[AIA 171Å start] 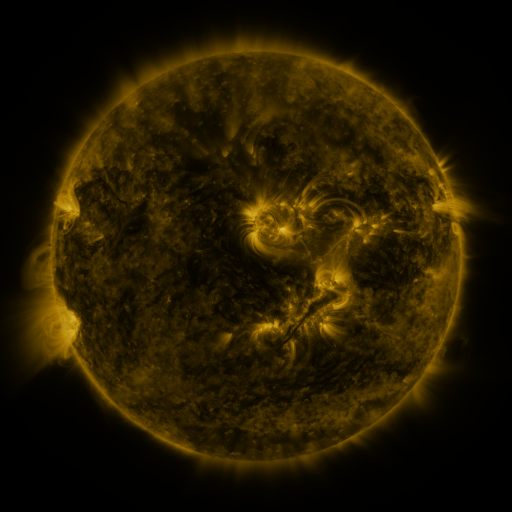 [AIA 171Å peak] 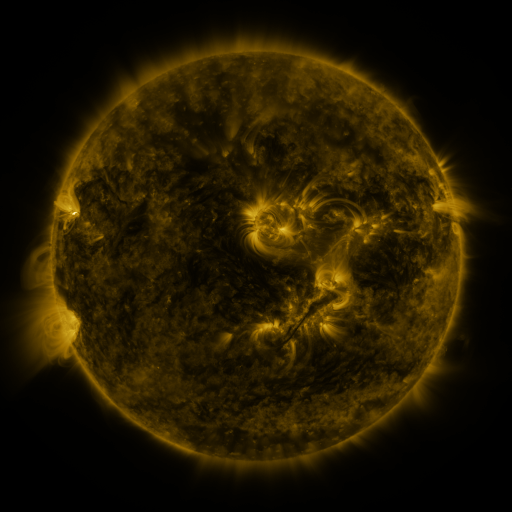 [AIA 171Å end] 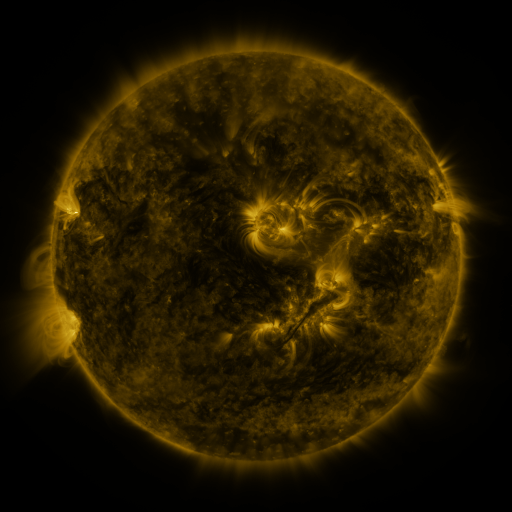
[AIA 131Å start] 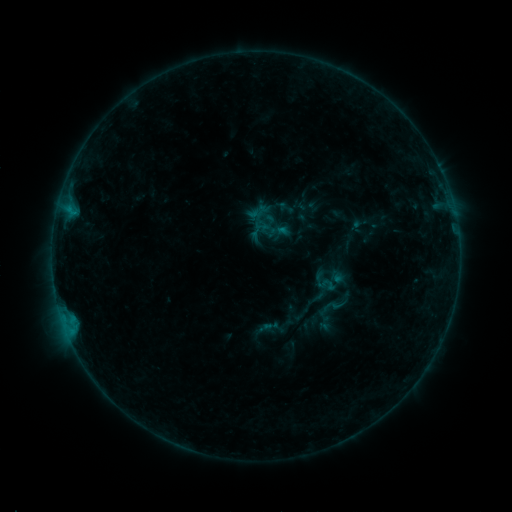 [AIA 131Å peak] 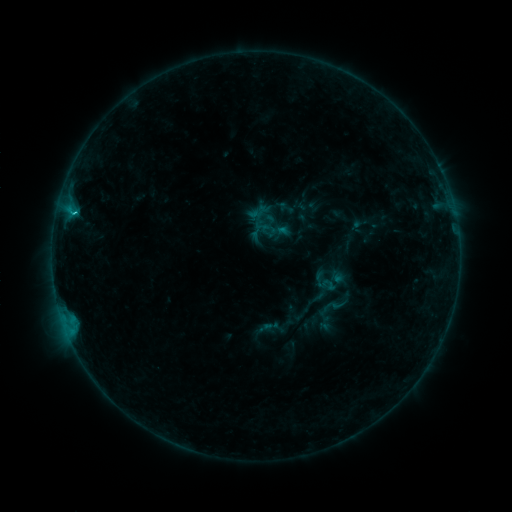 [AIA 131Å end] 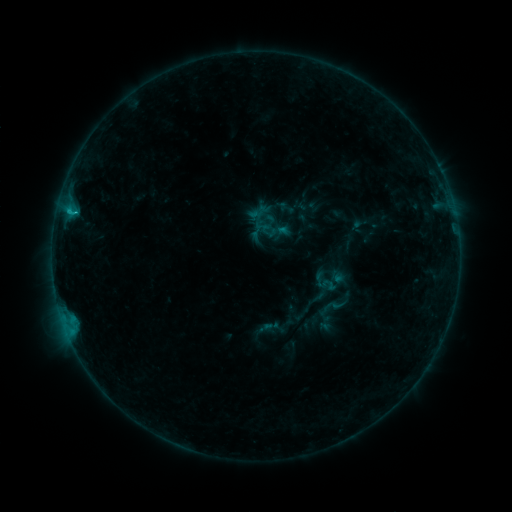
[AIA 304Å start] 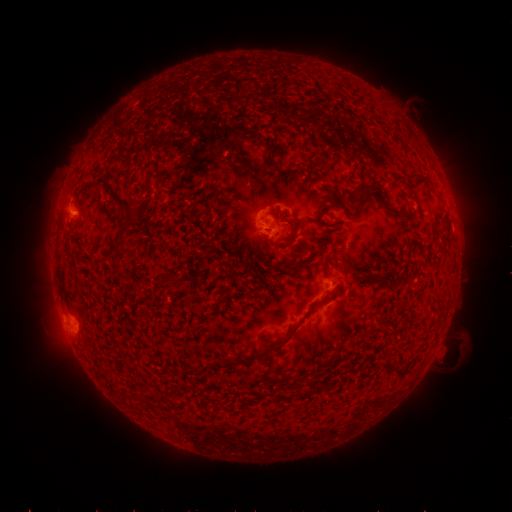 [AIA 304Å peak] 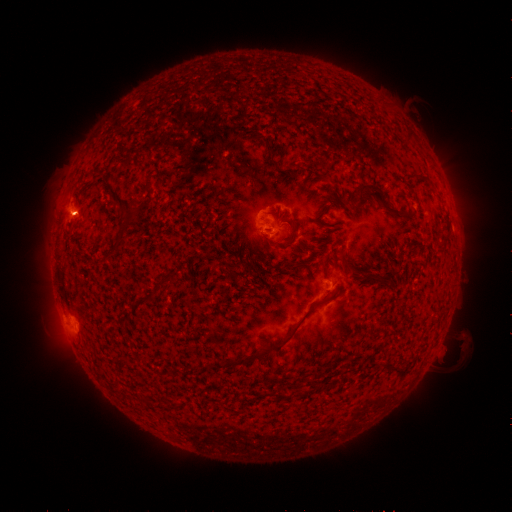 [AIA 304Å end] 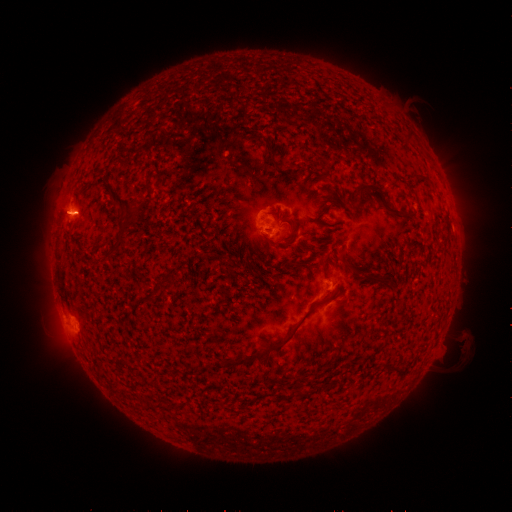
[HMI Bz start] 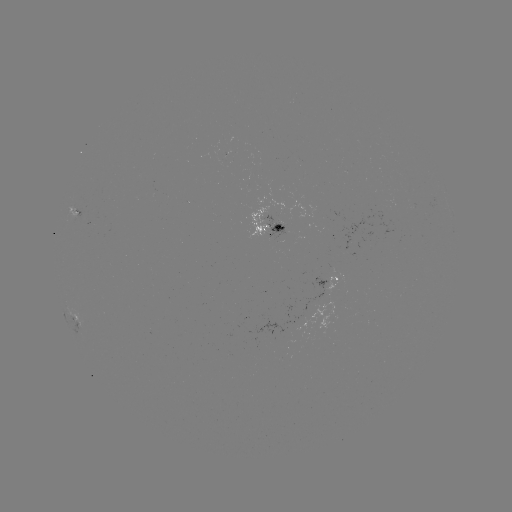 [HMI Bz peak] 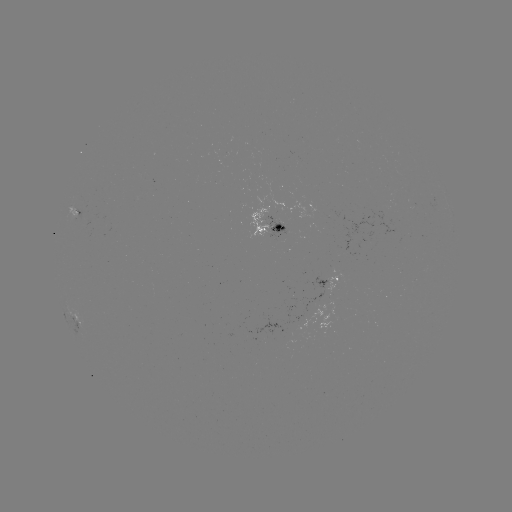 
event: flare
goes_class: B8.0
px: (75, 215)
